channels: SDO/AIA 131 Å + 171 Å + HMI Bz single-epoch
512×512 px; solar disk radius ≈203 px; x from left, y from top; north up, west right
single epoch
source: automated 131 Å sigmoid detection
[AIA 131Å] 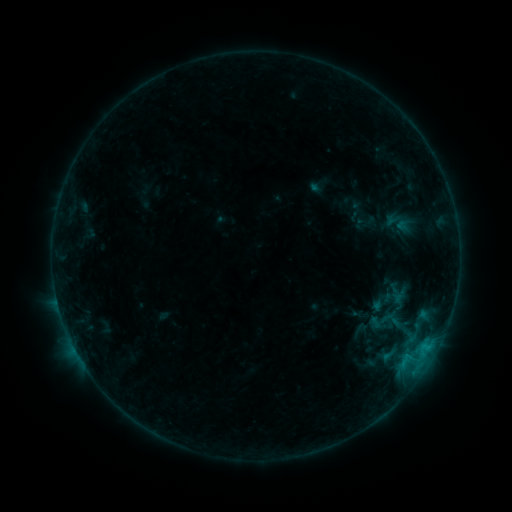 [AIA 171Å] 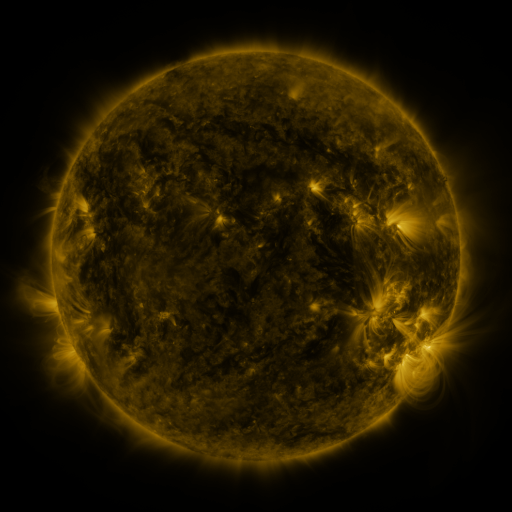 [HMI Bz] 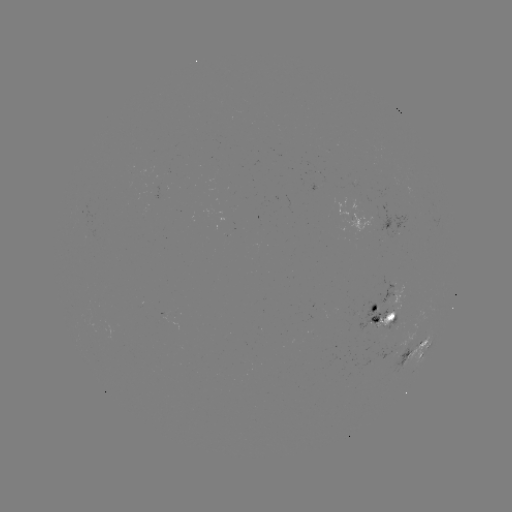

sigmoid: [368, 304, 401, 337]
